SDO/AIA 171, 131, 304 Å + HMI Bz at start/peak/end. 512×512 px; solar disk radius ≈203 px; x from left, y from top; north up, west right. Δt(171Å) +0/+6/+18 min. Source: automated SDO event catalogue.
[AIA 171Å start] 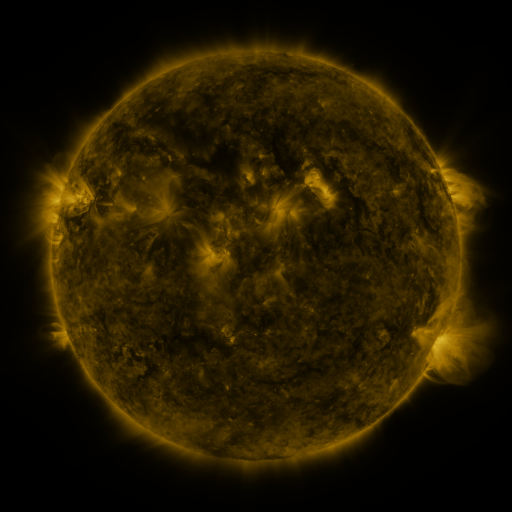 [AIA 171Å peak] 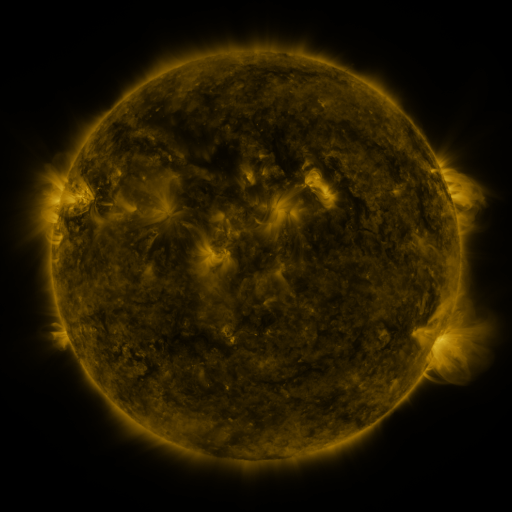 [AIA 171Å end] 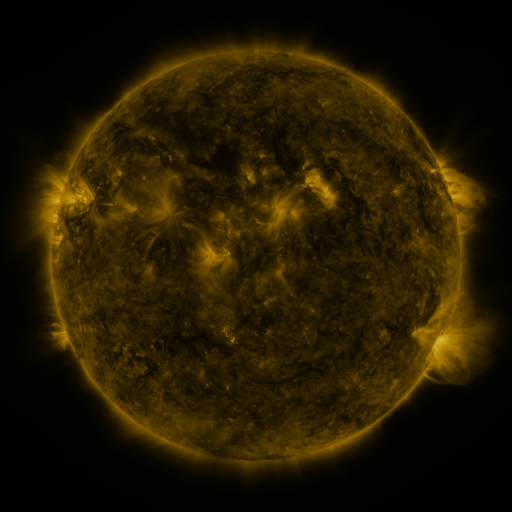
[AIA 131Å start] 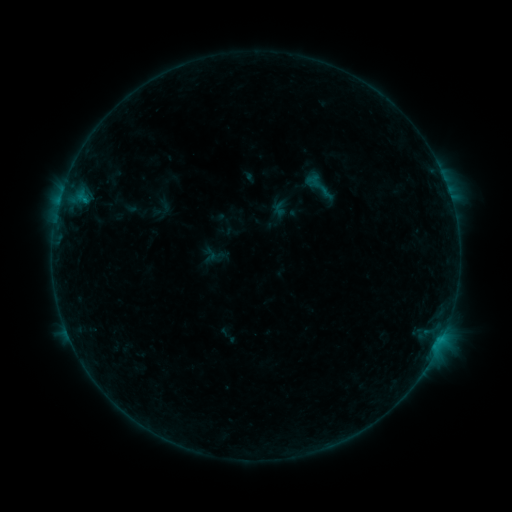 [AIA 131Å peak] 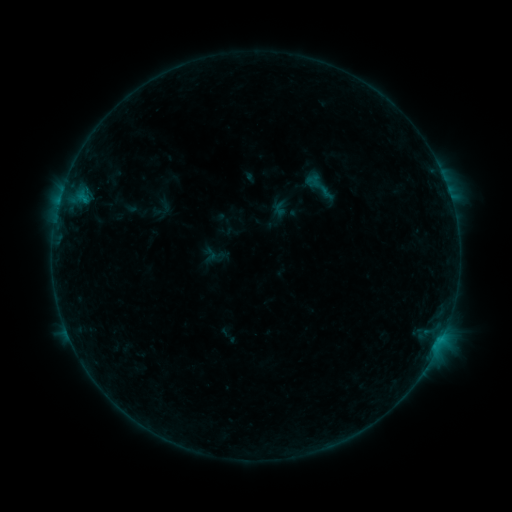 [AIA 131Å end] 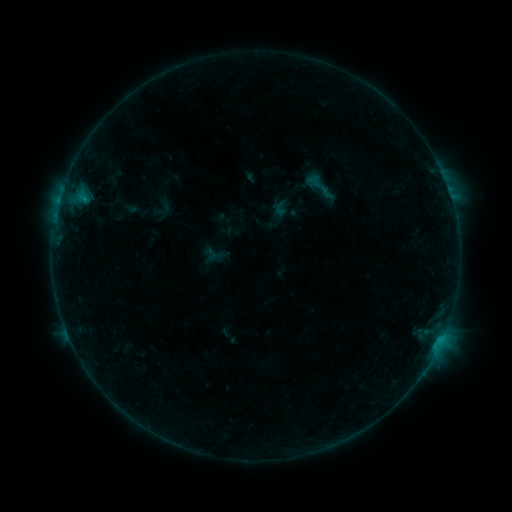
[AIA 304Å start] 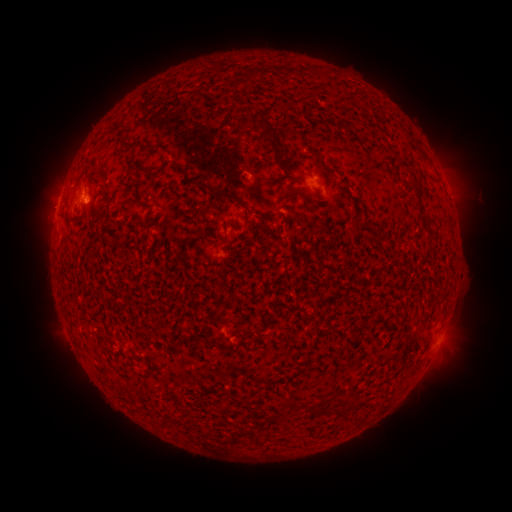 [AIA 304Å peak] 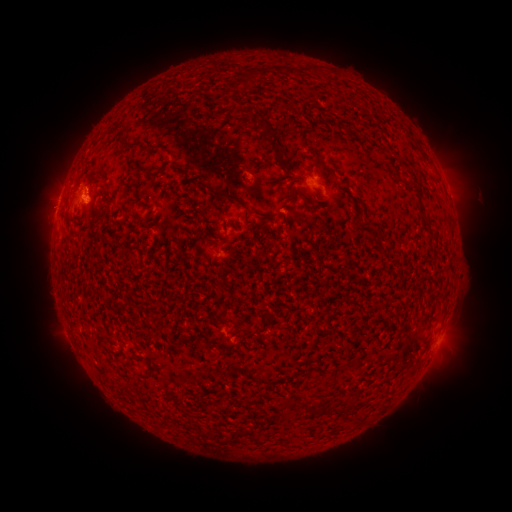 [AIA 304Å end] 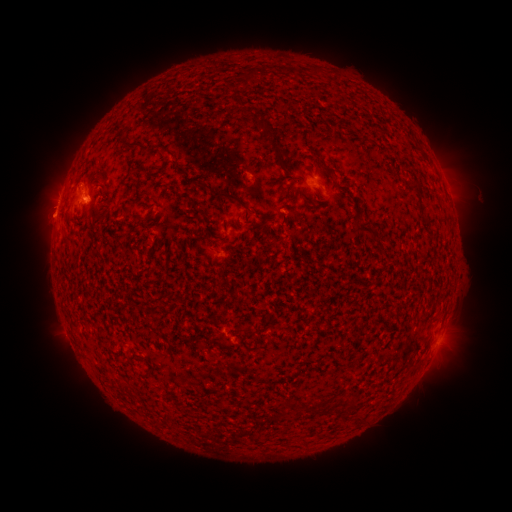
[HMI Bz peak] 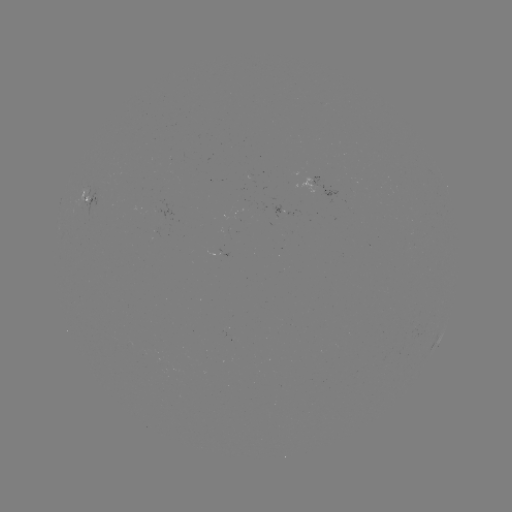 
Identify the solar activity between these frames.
eruption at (55, 203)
